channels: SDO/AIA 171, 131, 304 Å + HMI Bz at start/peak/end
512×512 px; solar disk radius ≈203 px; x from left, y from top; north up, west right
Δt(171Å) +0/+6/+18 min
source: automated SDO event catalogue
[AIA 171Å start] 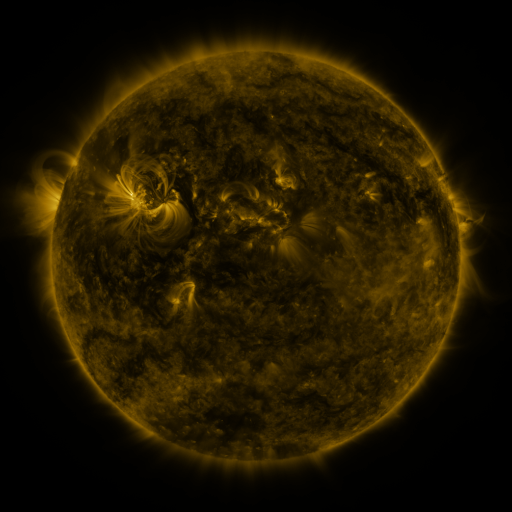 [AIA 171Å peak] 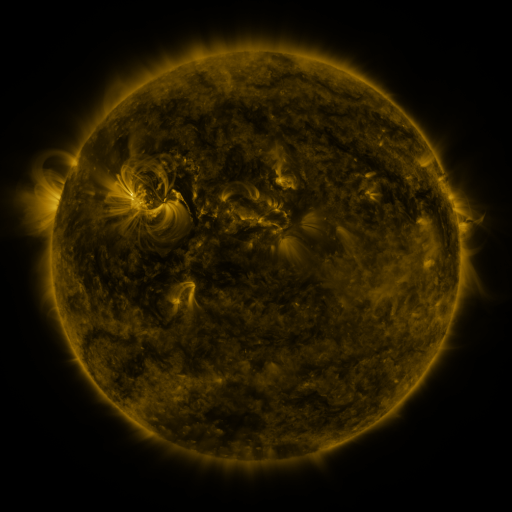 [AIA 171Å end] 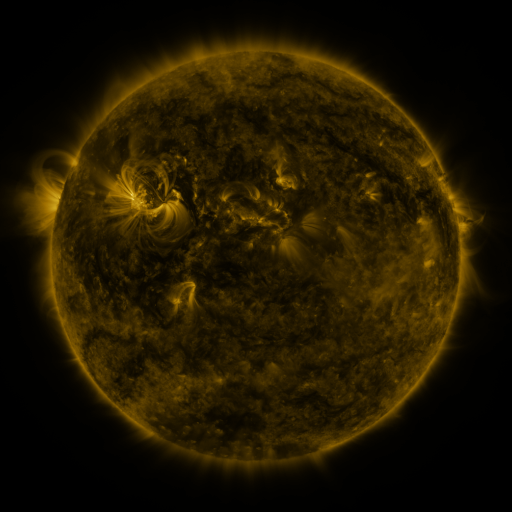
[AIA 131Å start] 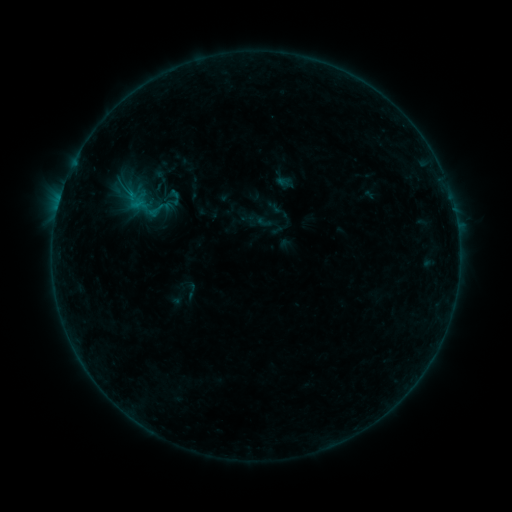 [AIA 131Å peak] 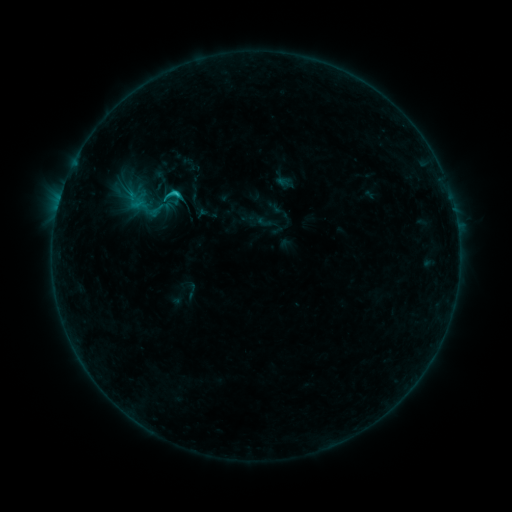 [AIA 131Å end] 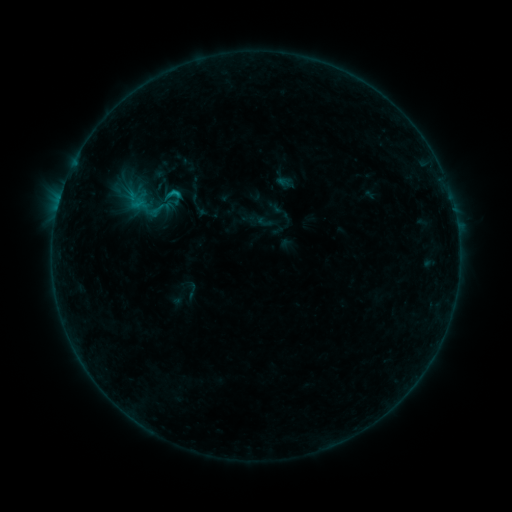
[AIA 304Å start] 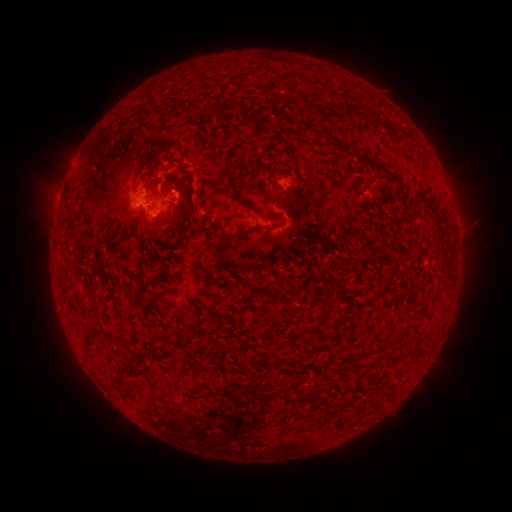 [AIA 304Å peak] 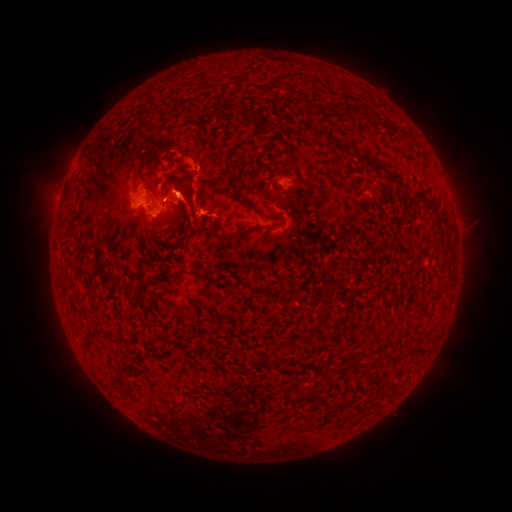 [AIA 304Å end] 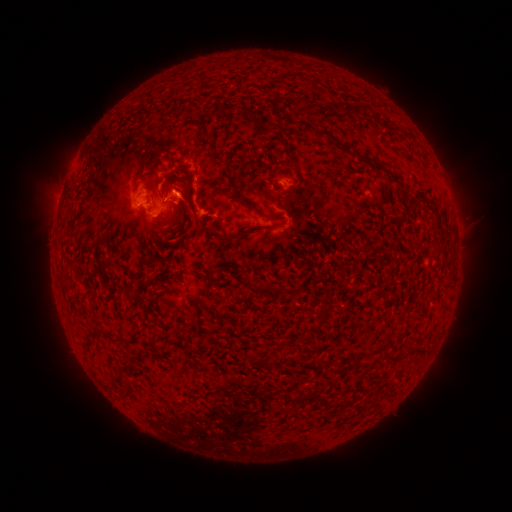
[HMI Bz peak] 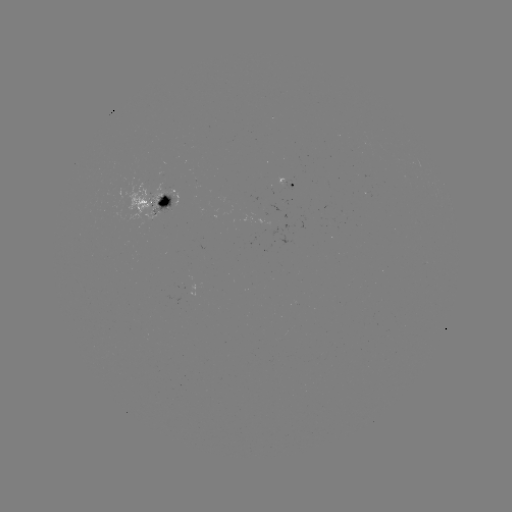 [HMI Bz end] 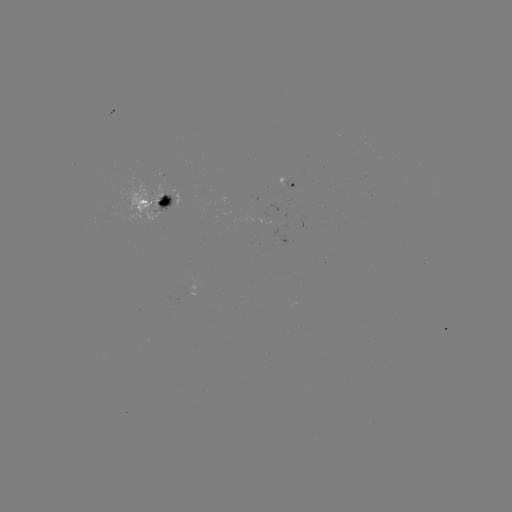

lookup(C1.4 flare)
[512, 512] [177, 195]